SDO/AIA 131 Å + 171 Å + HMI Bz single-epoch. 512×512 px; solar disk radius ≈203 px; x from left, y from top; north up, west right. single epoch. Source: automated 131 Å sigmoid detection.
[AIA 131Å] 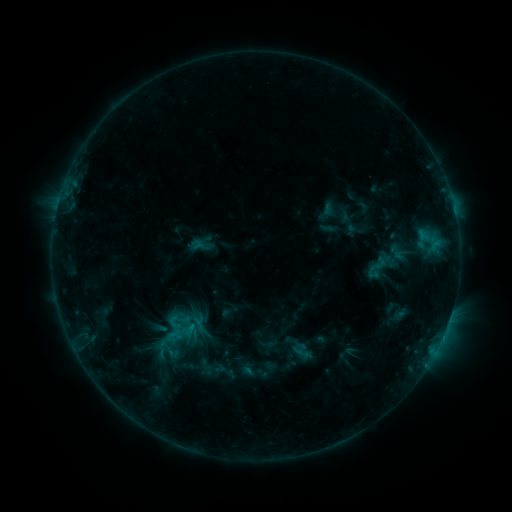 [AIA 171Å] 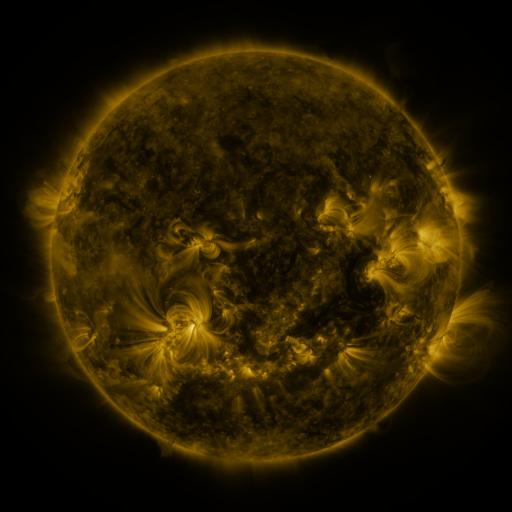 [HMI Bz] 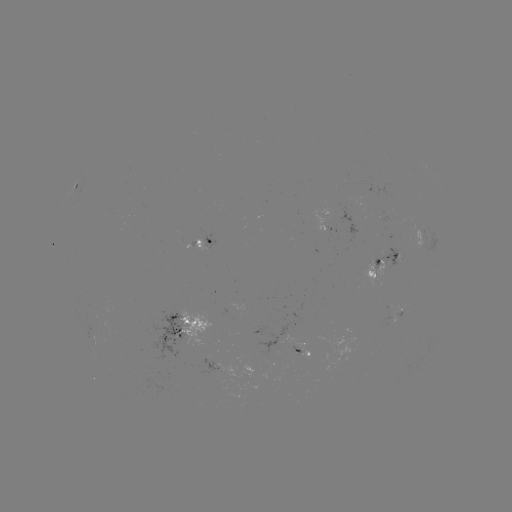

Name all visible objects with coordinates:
sigmoid: <bbox>363, 255, 390, 280</bbox>
